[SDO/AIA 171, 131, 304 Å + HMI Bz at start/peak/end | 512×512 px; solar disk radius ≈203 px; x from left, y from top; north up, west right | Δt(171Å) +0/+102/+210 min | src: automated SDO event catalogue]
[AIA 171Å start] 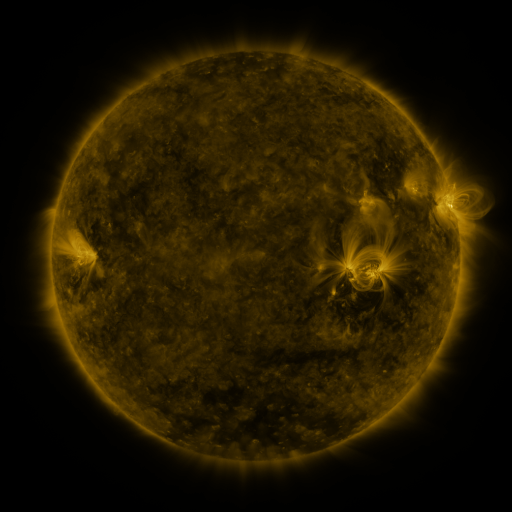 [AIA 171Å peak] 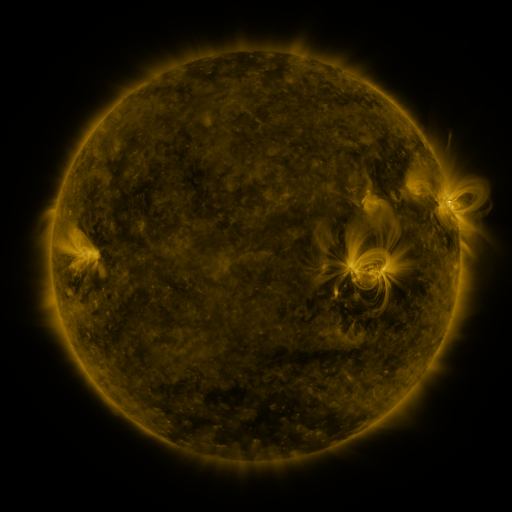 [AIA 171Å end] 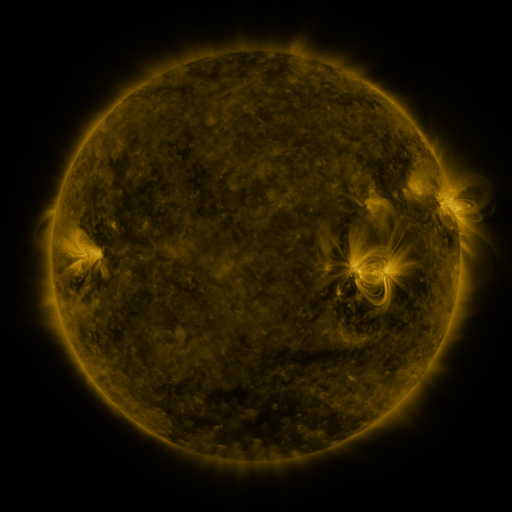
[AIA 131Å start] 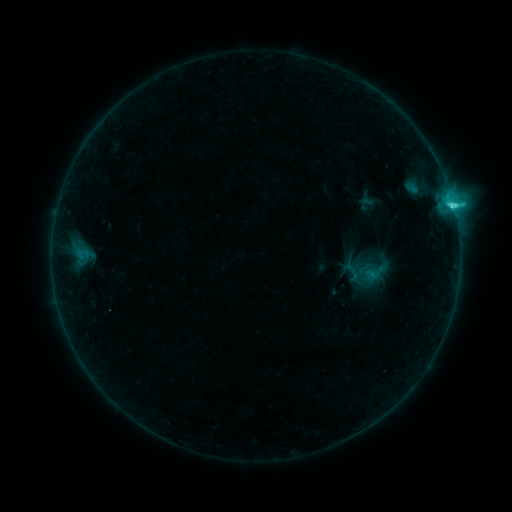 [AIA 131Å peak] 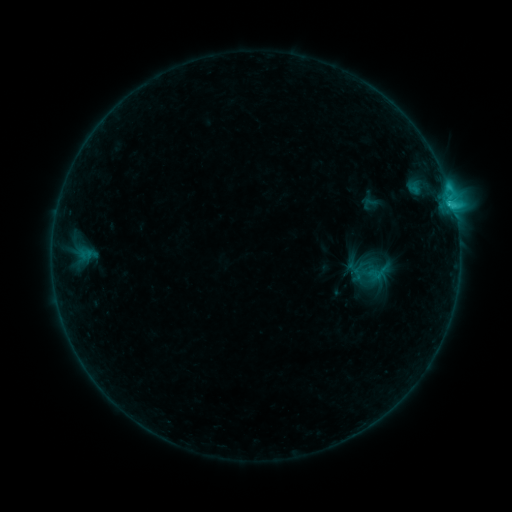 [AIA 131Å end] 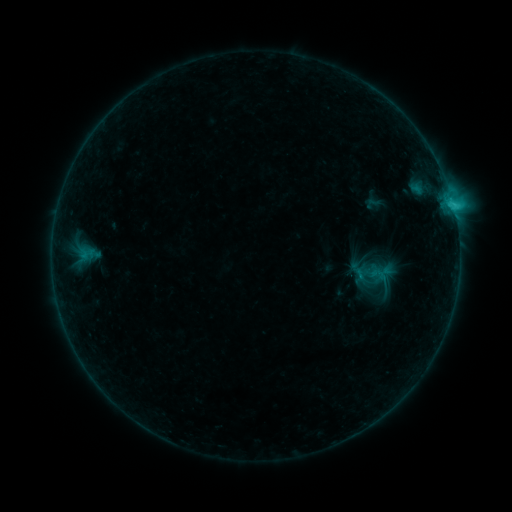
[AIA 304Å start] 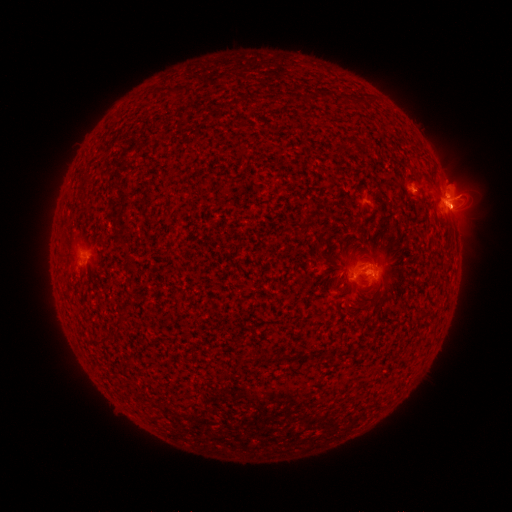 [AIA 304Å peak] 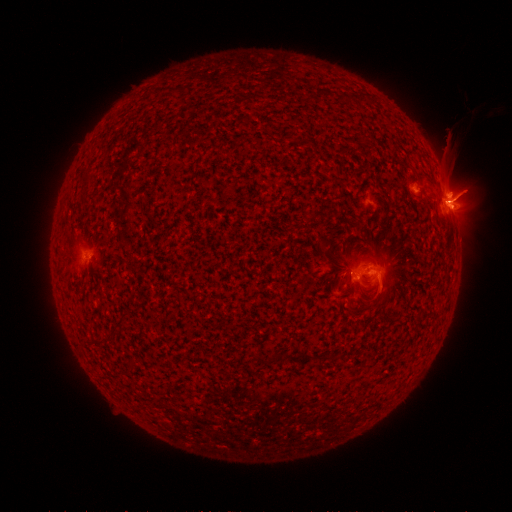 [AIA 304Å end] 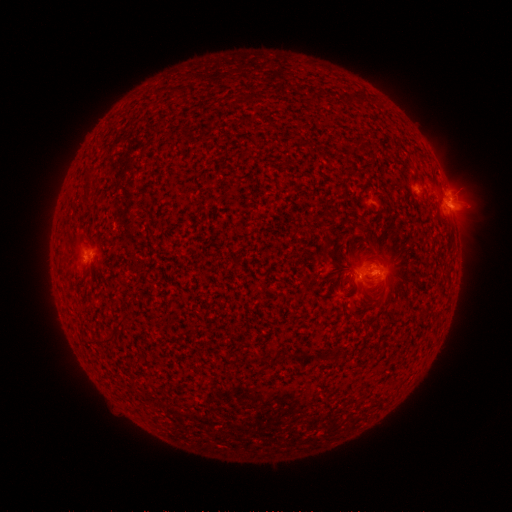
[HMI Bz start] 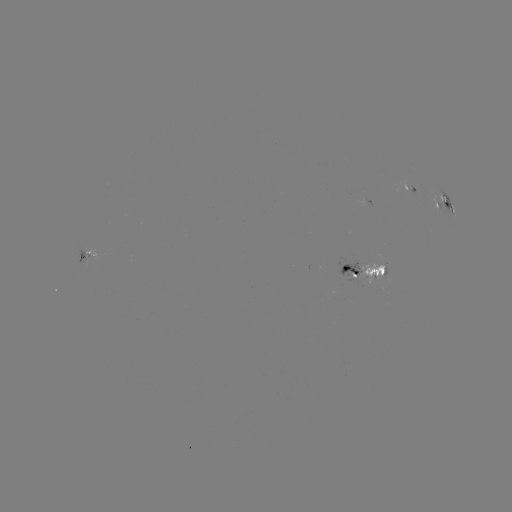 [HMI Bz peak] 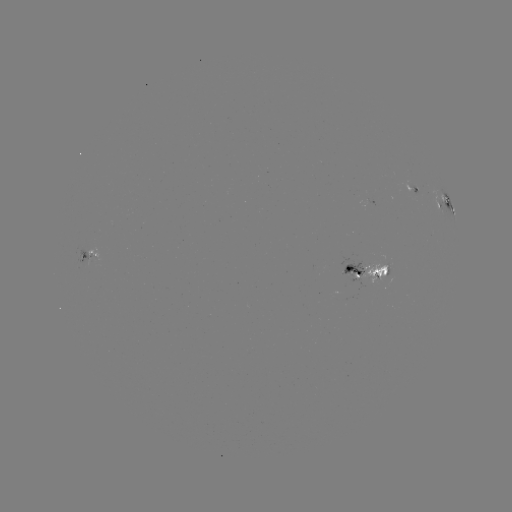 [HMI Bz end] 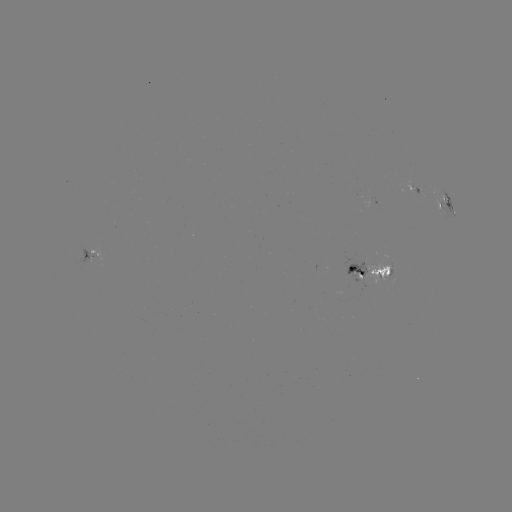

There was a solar filament eruption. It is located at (459, 193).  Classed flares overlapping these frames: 1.